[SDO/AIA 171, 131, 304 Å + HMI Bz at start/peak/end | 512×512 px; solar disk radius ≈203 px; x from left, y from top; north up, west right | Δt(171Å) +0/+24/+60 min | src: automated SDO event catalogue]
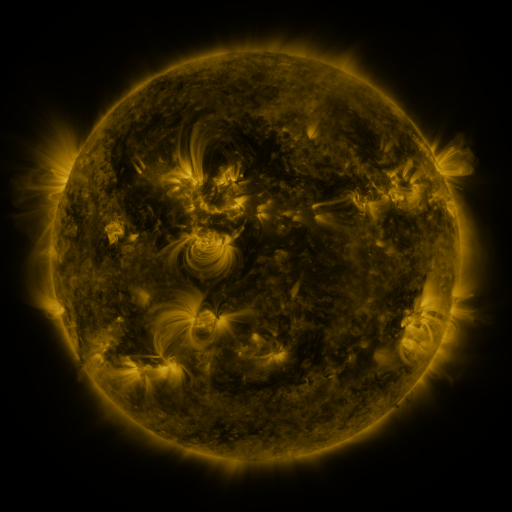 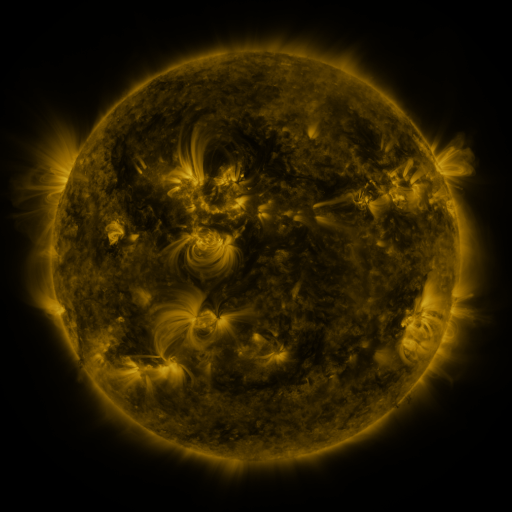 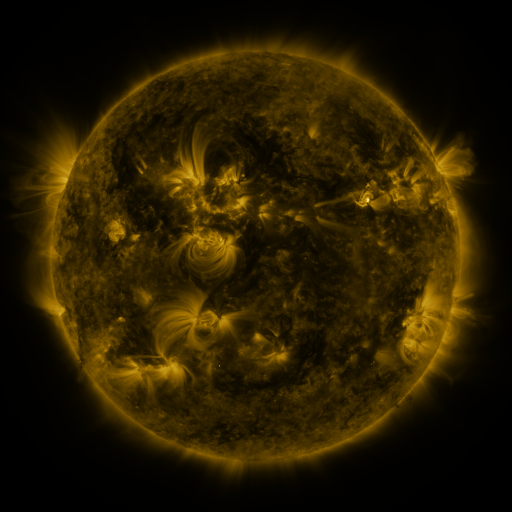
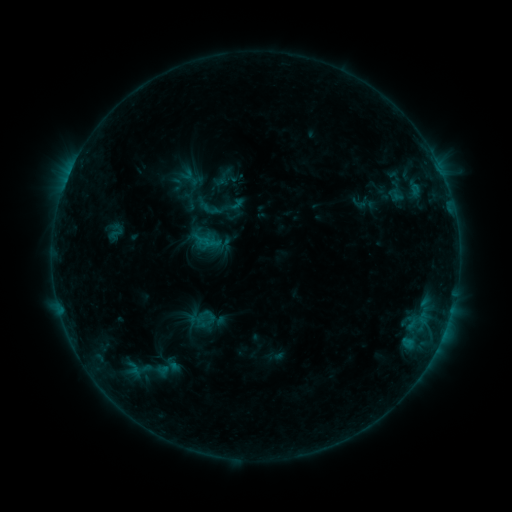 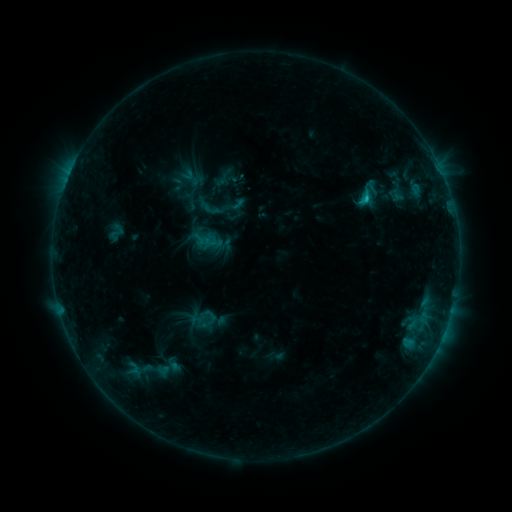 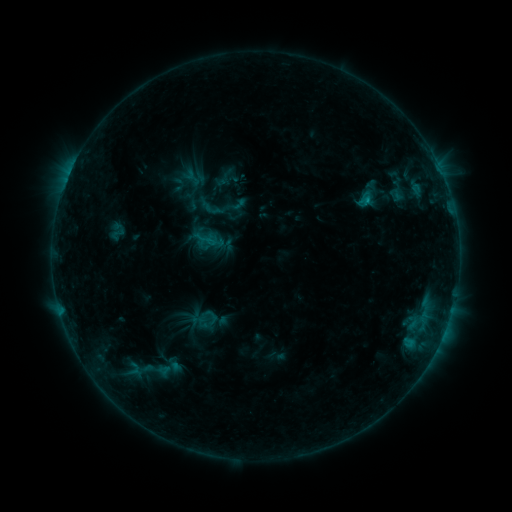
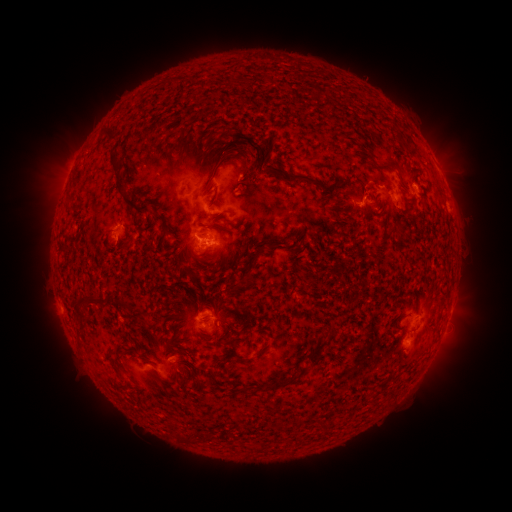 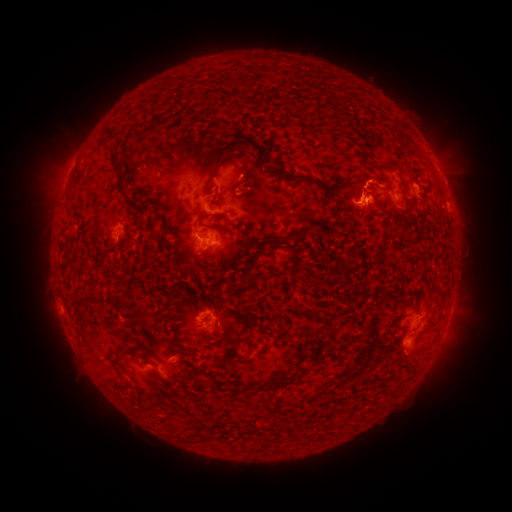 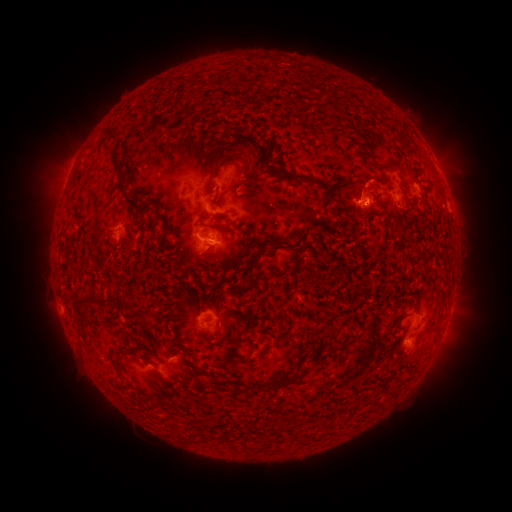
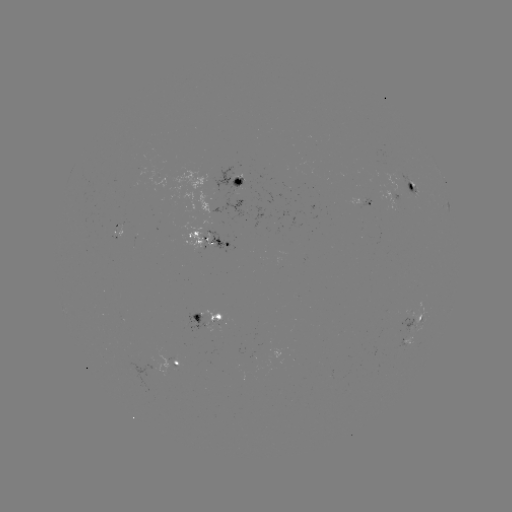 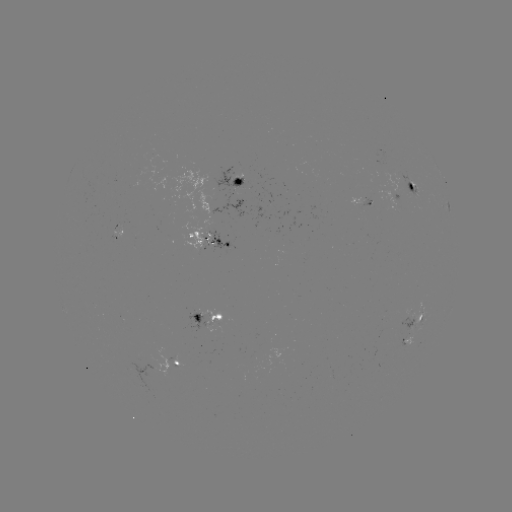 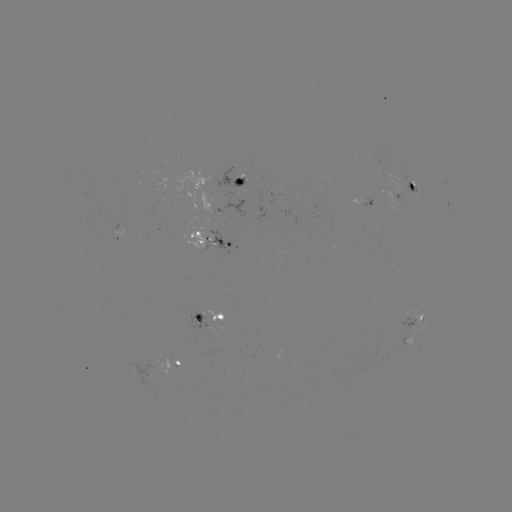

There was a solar flare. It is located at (365, 199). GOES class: C2.3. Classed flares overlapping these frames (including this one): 1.